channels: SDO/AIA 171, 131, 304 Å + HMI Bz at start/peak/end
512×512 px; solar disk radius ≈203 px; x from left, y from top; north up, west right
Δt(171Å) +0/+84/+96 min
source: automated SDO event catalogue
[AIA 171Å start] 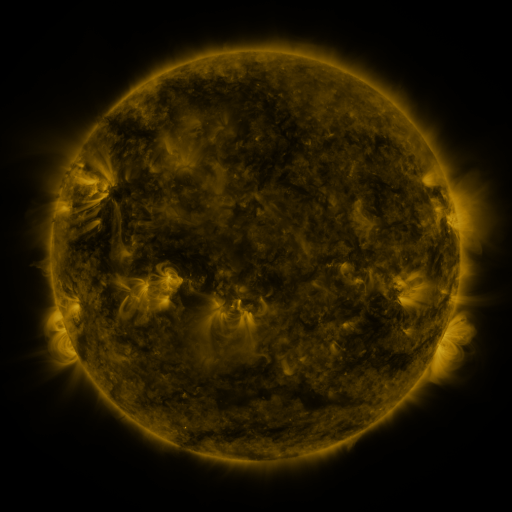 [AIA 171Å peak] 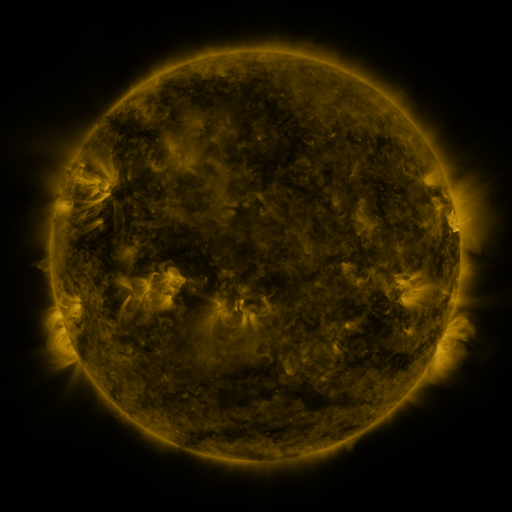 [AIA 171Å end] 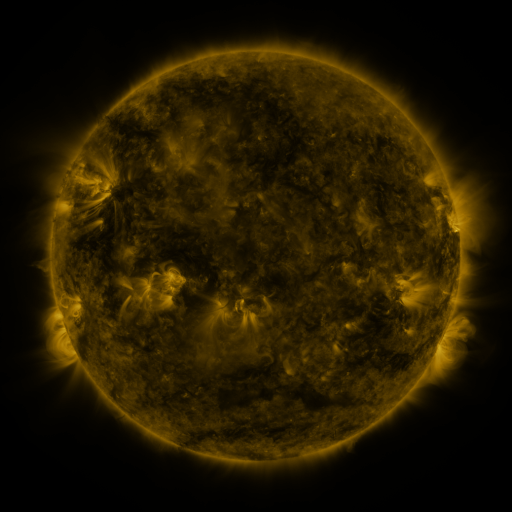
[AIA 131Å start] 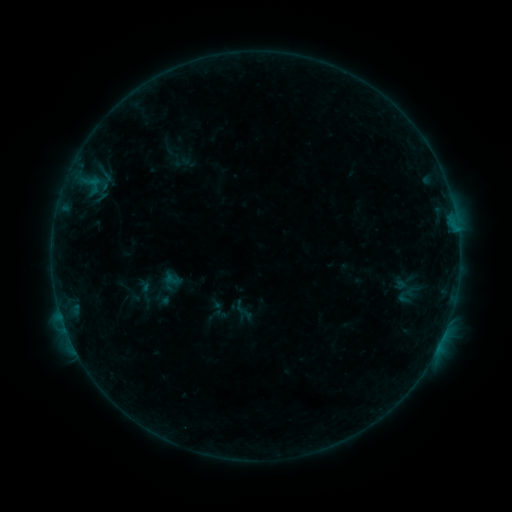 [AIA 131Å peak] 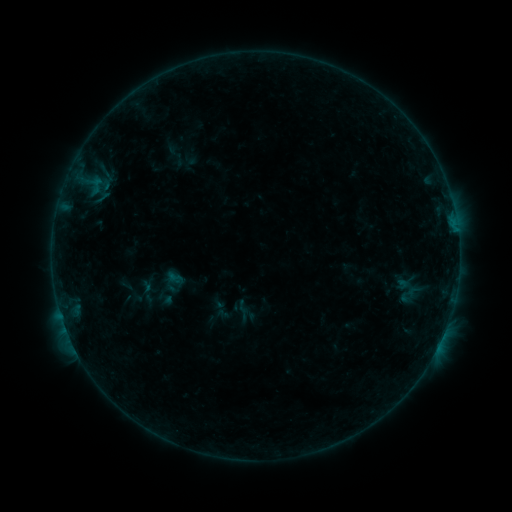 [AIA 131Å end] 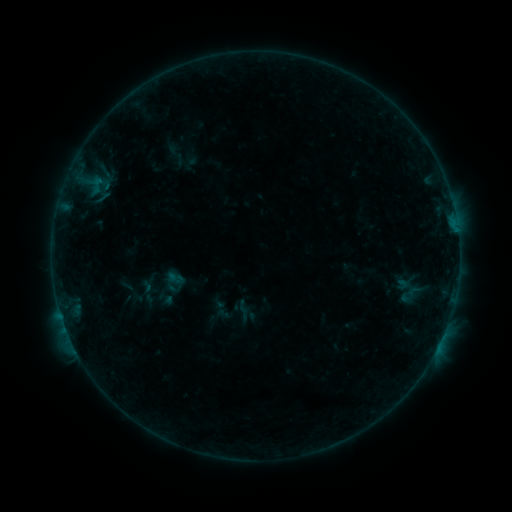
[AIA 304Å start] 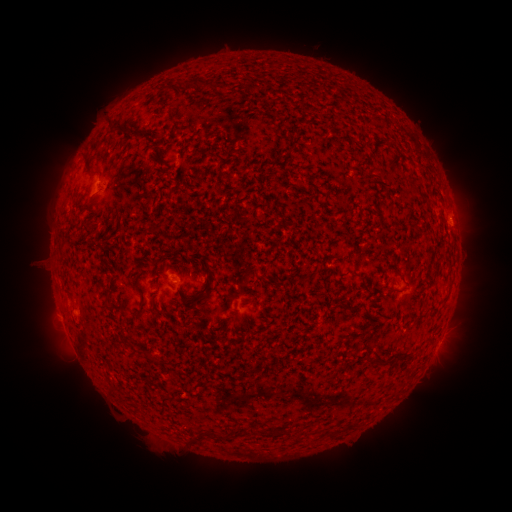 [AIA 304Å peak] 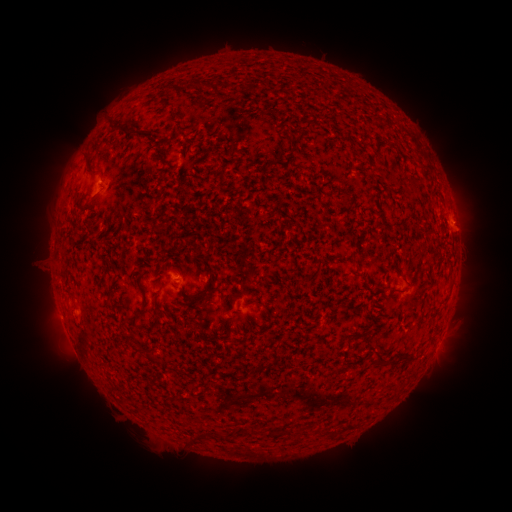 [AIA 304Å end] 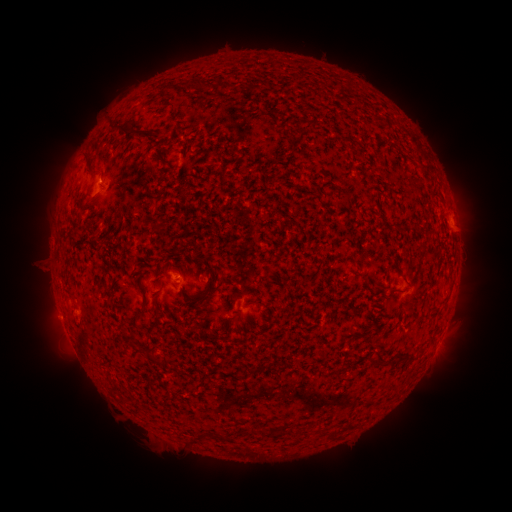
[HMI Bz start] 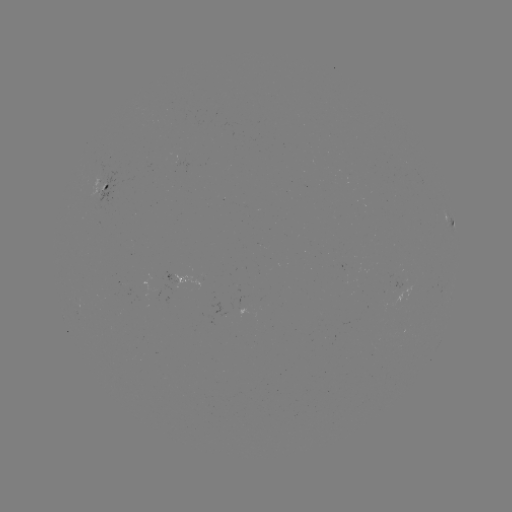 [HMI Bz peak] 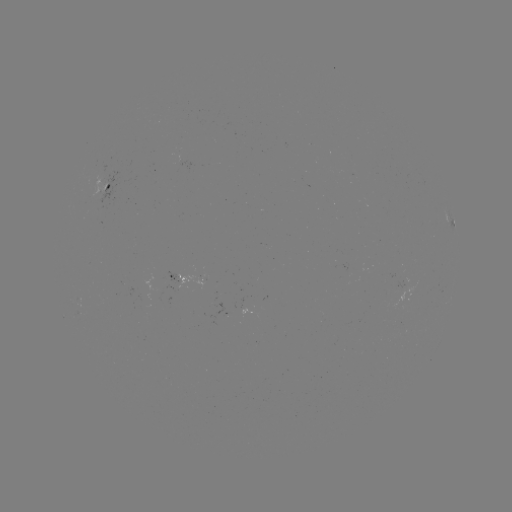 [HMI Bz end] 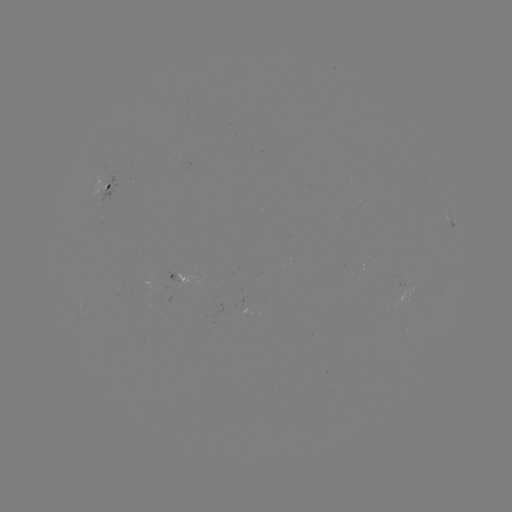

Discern emerging-flux region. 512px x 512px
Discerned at (182, 285).